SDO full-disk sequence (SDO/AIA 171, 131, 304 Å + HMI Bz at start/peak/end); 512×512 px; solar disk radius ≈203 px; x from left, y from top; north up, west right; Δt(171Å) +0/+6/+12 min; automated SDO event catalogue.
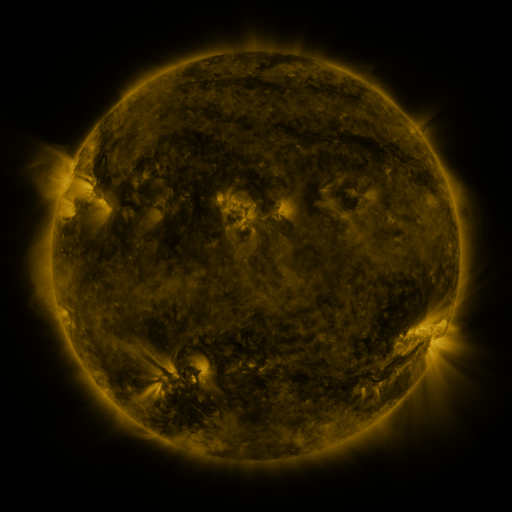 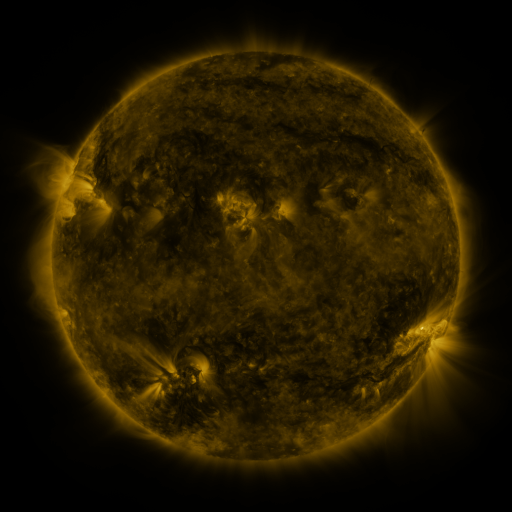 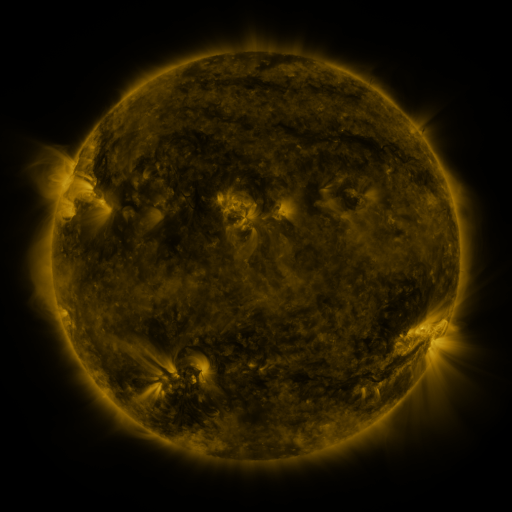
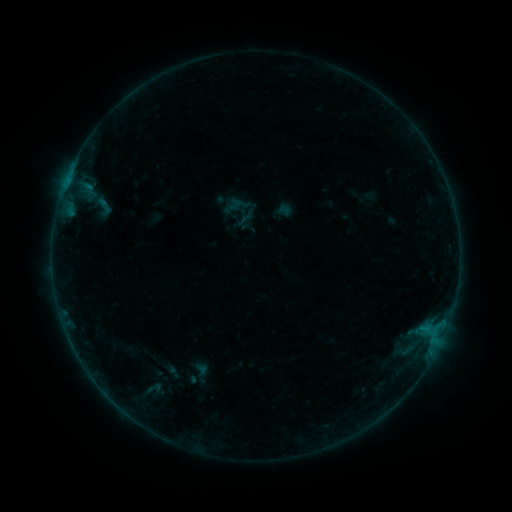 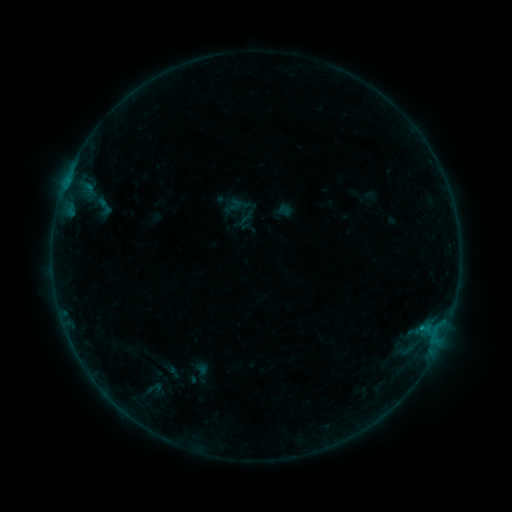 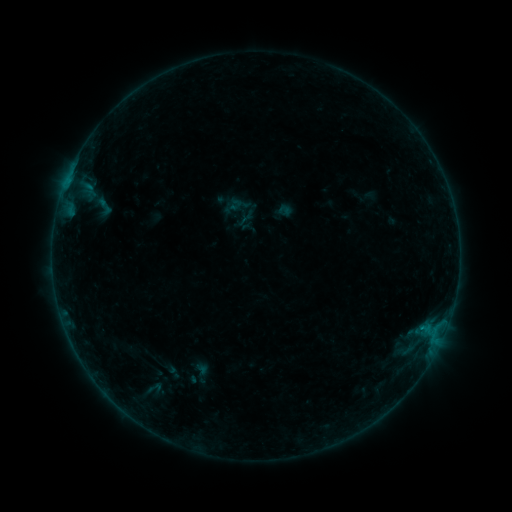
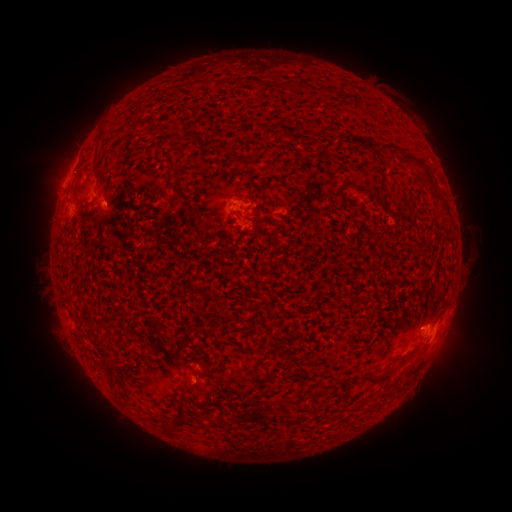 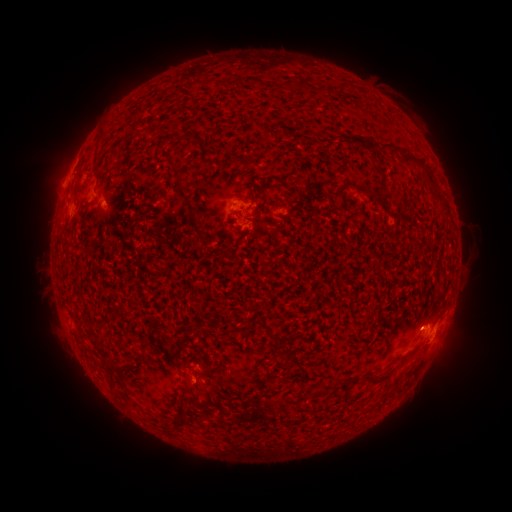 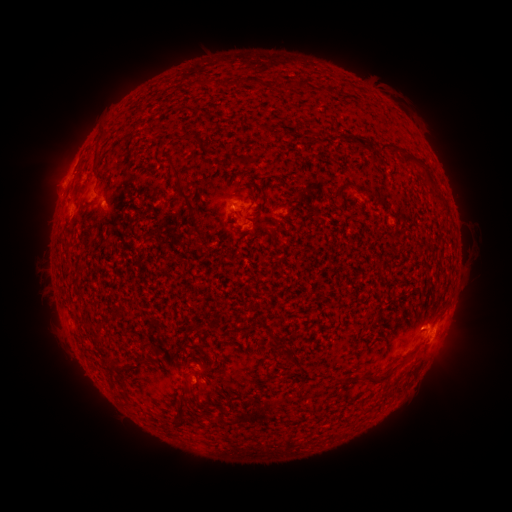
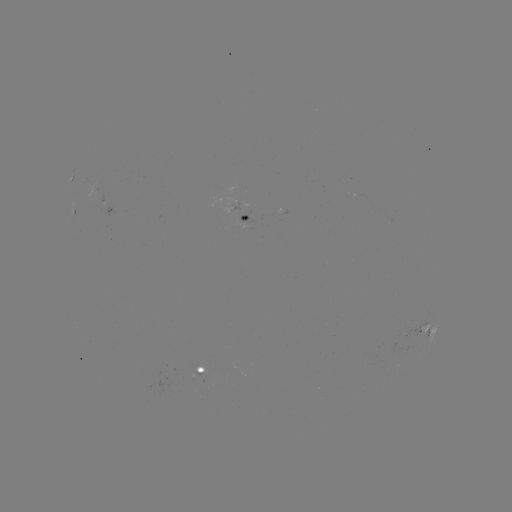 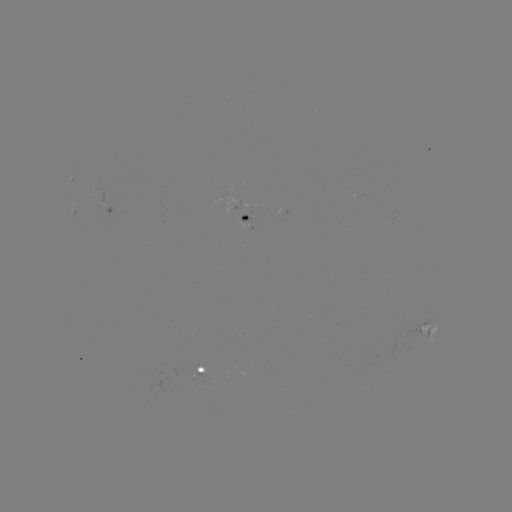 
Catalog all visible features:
B2.6 flare: (421, 325)
